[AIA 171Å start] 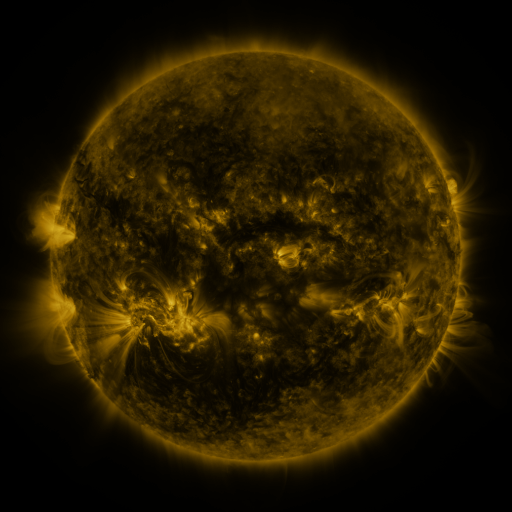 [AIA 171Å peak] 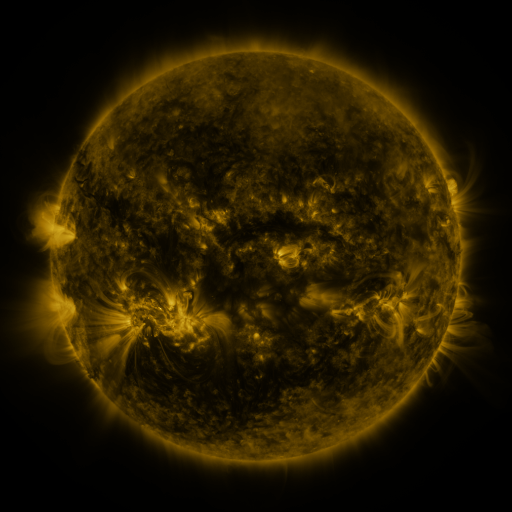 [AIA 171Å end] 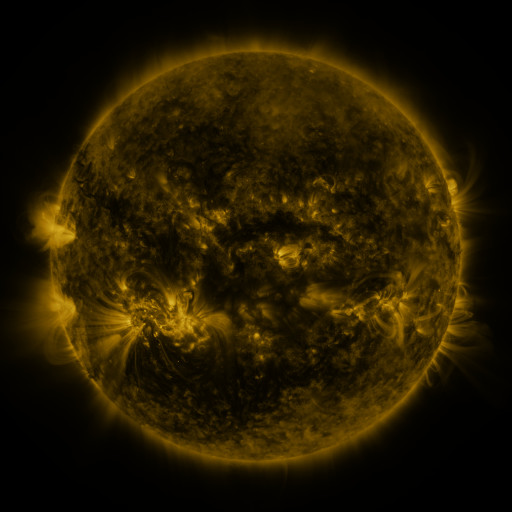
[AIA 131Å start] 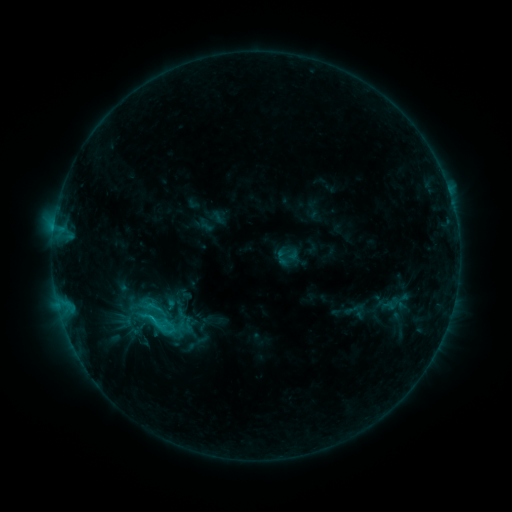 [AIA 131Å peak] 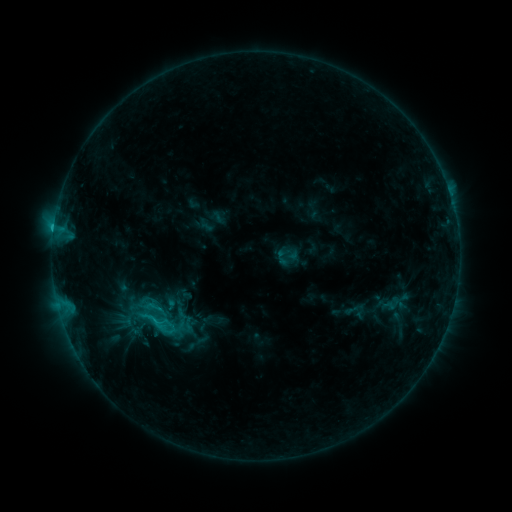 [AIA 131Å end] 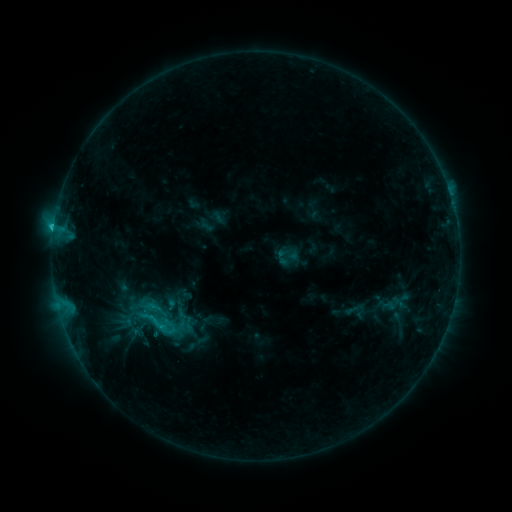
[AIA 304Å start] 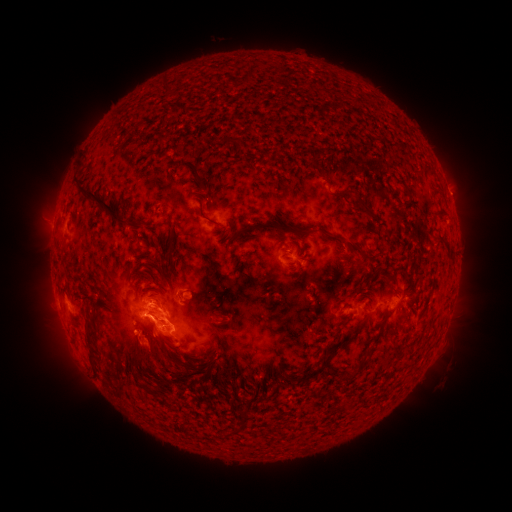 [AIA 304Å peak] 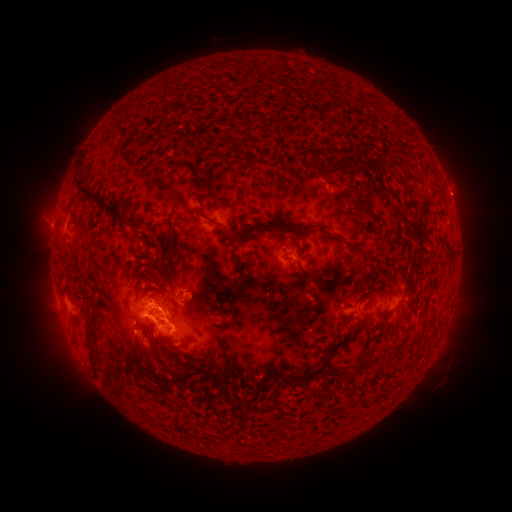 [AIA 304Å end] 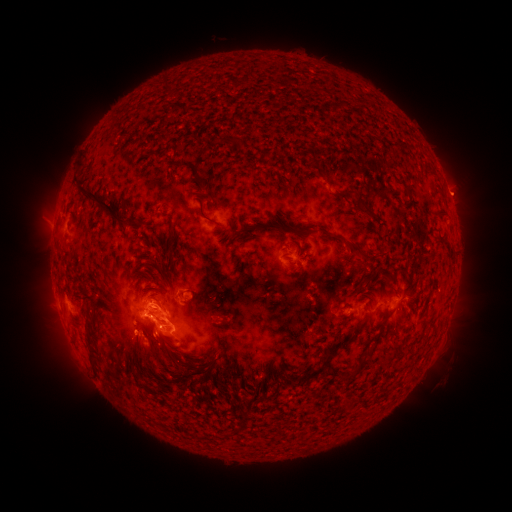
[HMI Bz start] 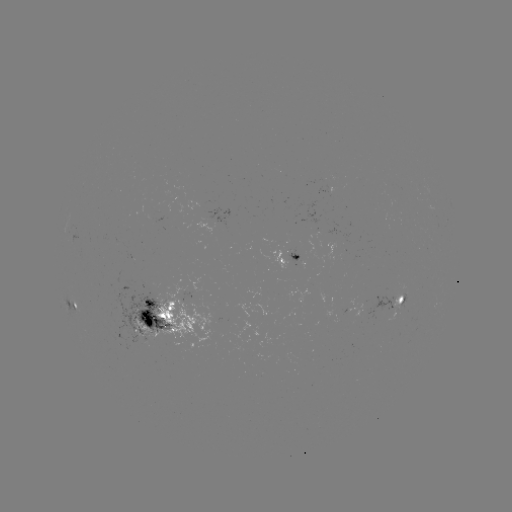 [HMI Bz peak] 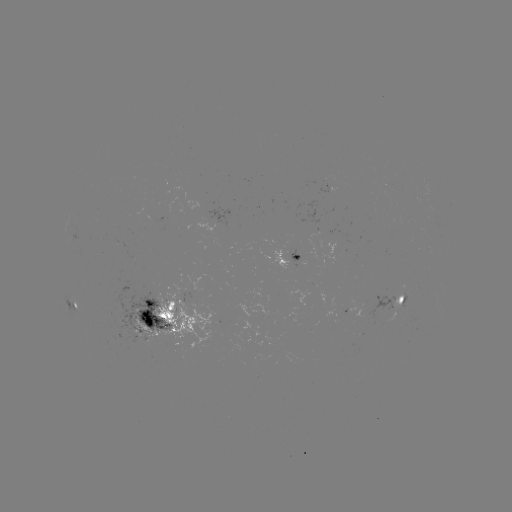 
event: eruption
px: (48, 227)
